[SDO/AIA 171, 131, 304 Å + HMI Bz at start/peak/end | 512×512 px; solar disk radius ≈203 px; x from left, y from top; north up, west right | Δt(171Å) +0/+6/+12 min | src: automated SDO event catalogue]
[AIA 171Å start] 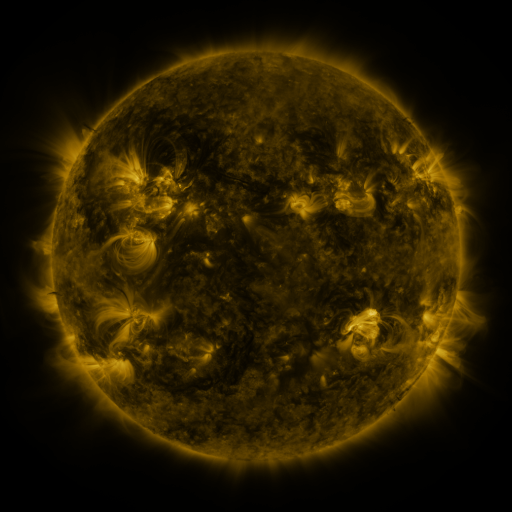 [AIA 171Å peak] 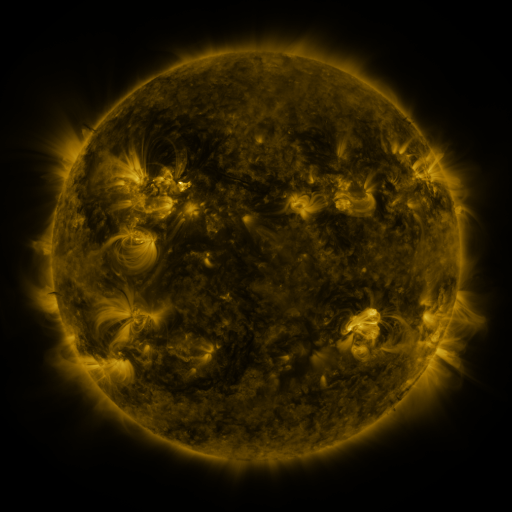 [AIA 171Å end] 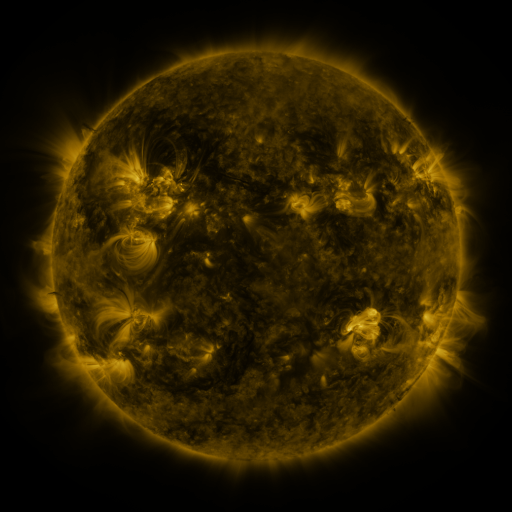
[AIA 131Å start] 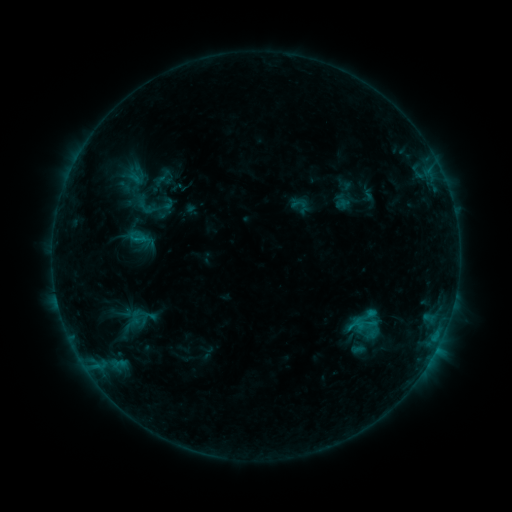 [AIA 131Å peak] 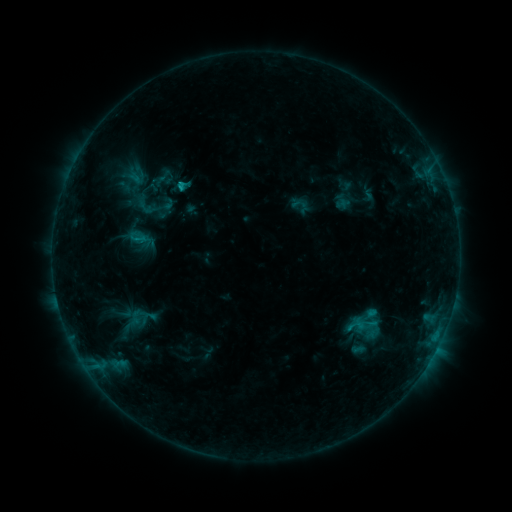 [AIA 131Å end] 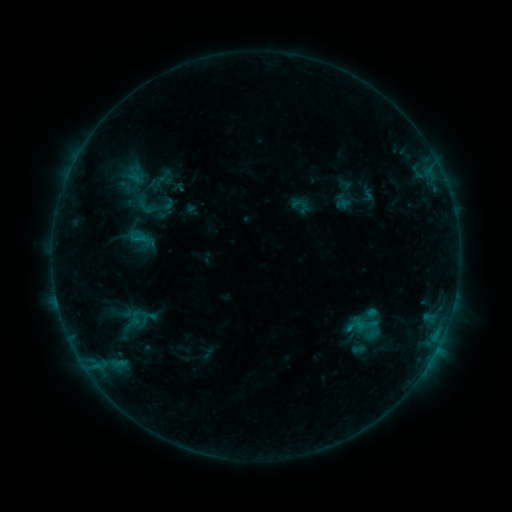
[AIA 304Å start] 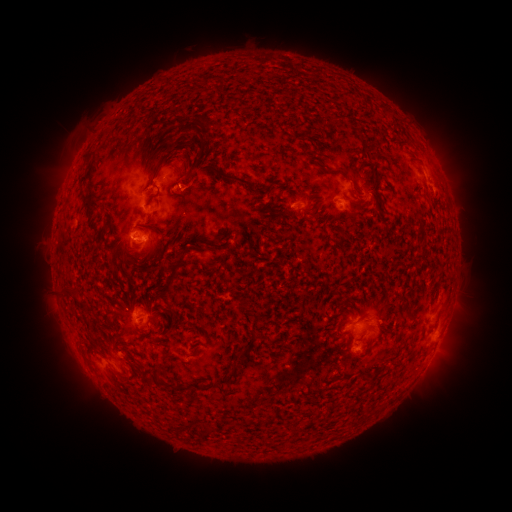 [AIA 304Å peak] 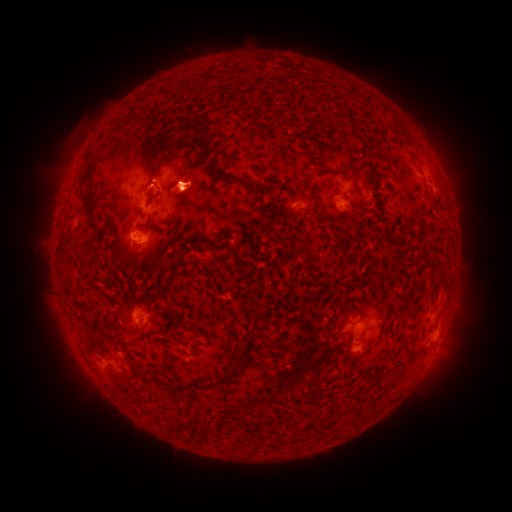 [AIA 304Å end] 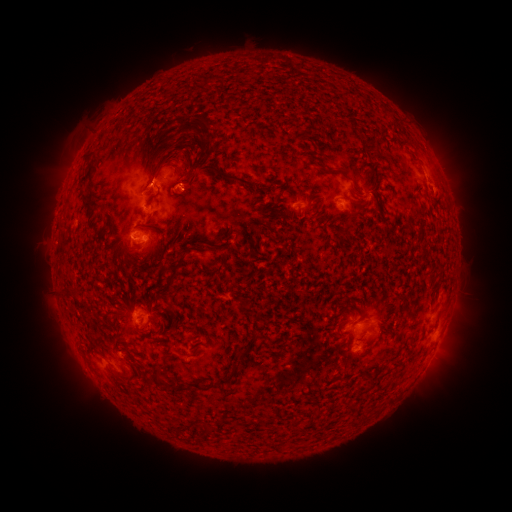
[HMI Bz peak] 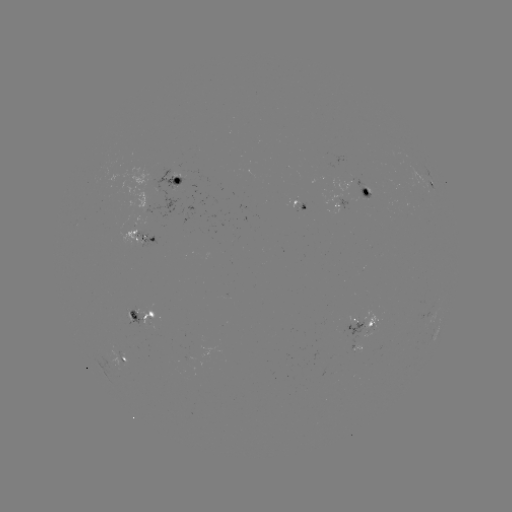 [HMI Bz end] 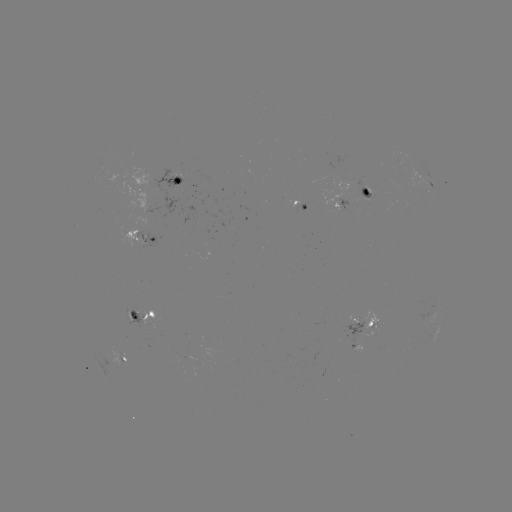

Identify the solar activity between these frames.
eruption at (193, 179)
